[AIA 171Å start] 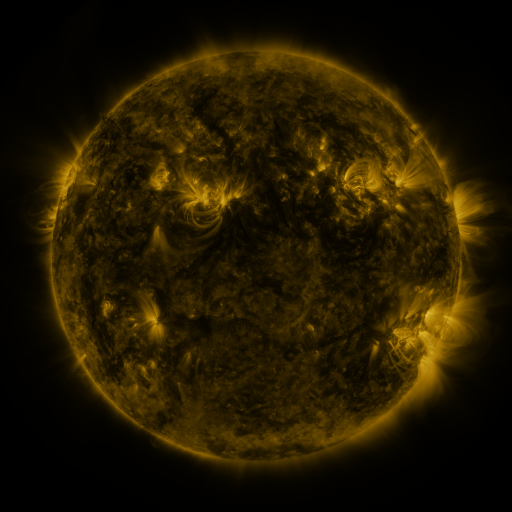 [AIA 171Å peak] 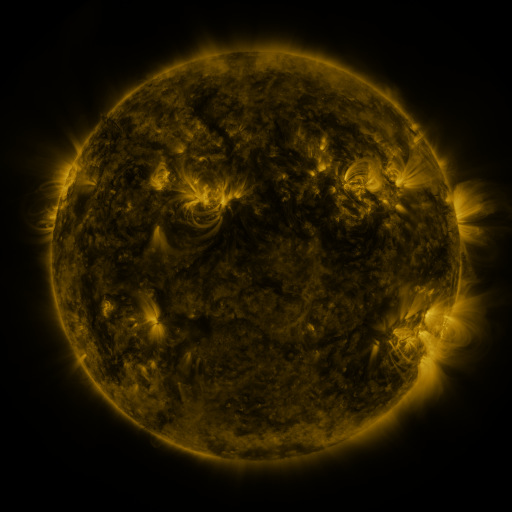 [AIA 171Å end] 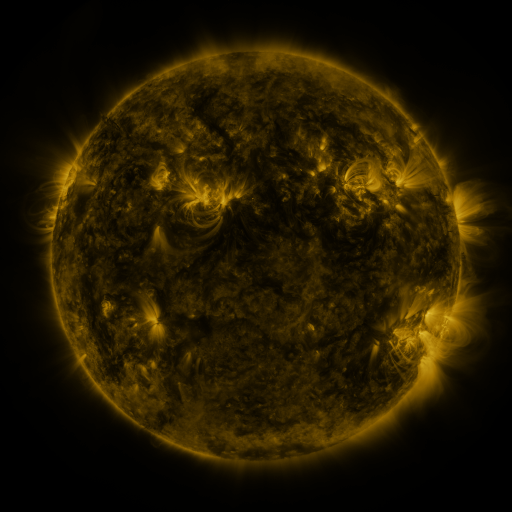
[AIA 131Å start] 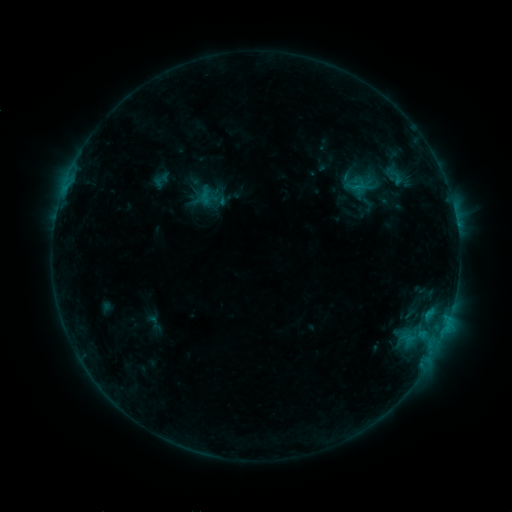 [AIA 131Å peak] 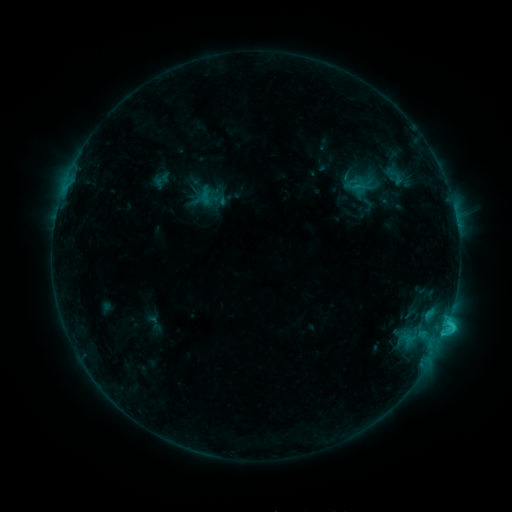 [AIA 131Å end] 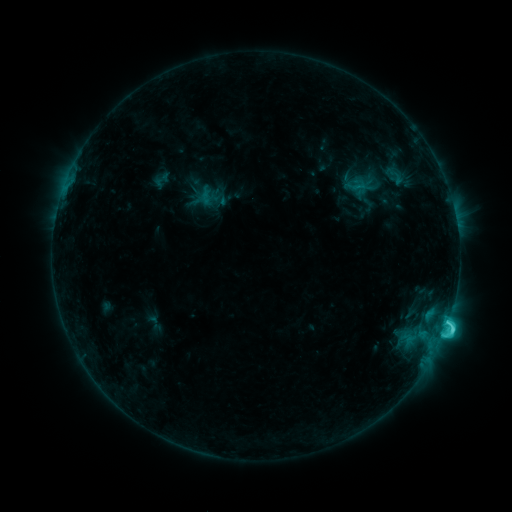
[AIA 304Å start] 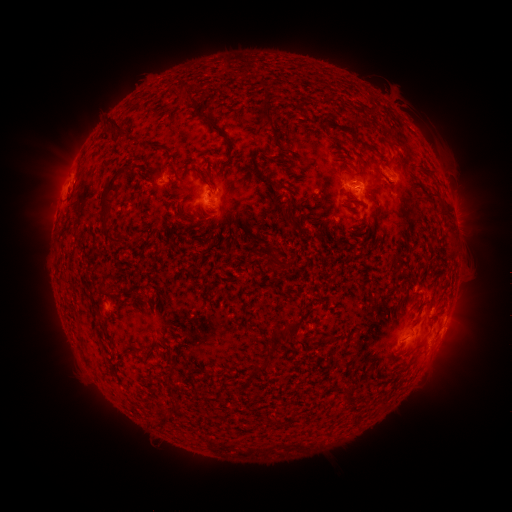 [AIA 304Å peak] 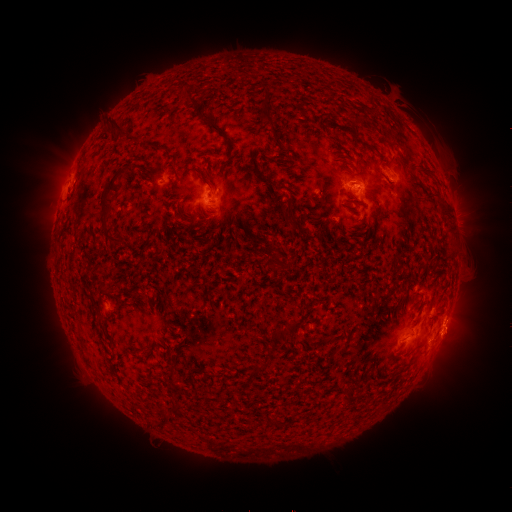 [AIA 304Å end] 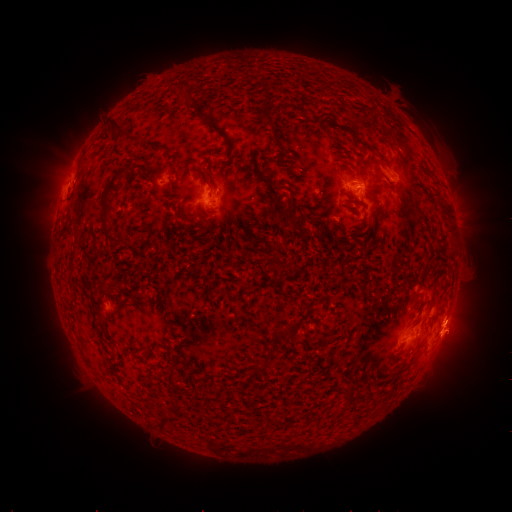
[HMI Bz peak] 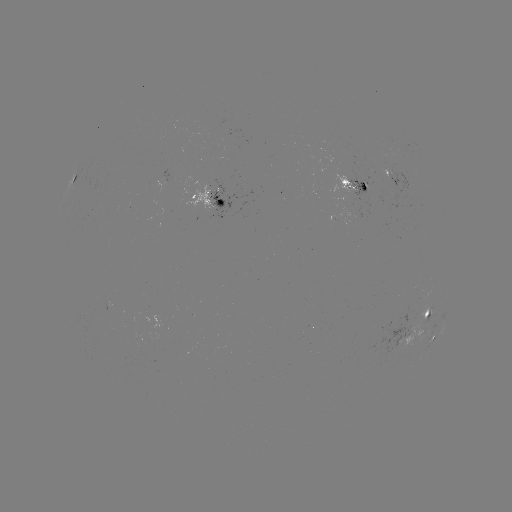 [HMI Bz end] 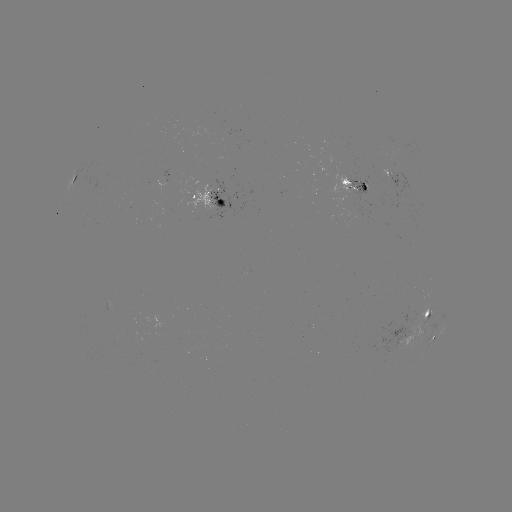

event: eruption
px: (459, 338)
